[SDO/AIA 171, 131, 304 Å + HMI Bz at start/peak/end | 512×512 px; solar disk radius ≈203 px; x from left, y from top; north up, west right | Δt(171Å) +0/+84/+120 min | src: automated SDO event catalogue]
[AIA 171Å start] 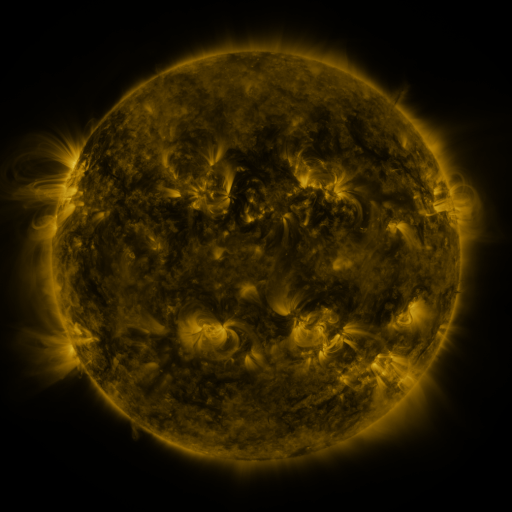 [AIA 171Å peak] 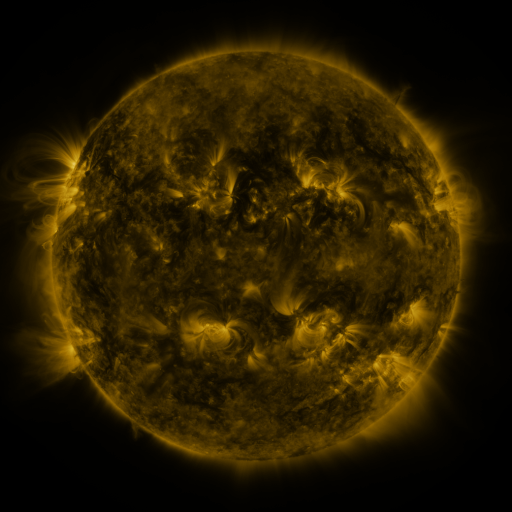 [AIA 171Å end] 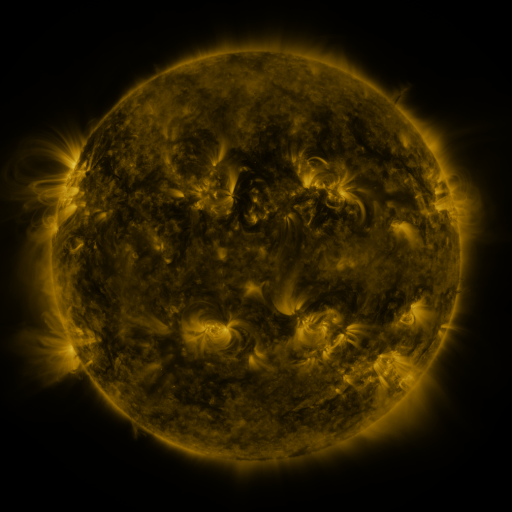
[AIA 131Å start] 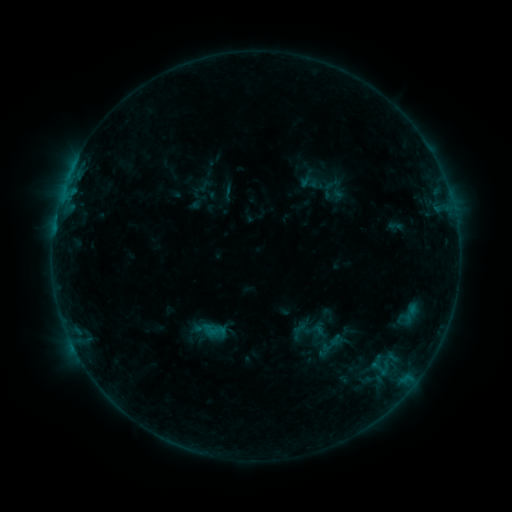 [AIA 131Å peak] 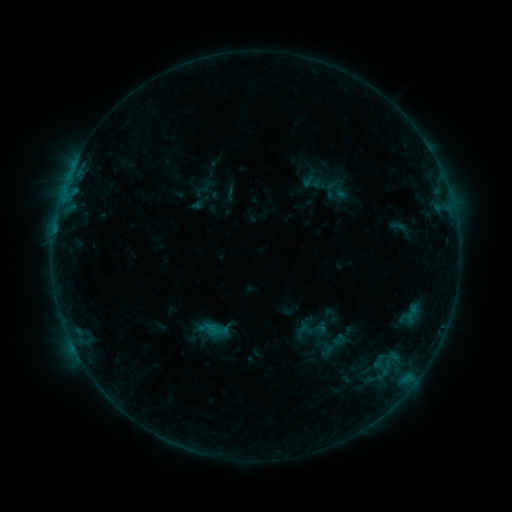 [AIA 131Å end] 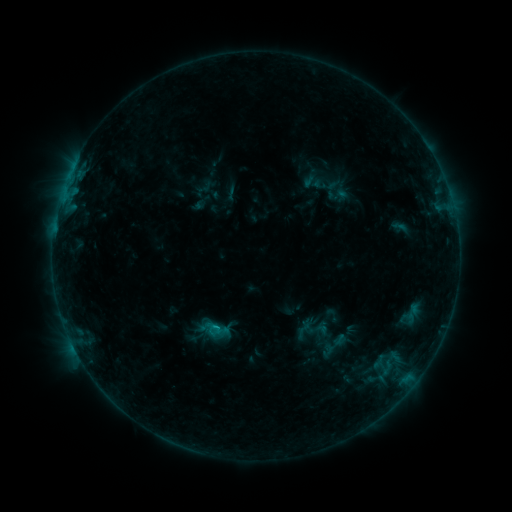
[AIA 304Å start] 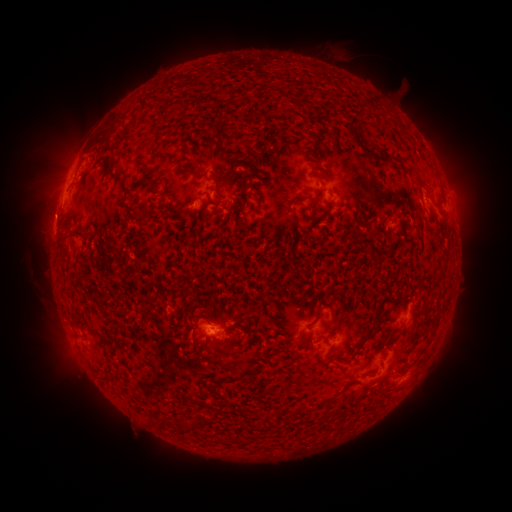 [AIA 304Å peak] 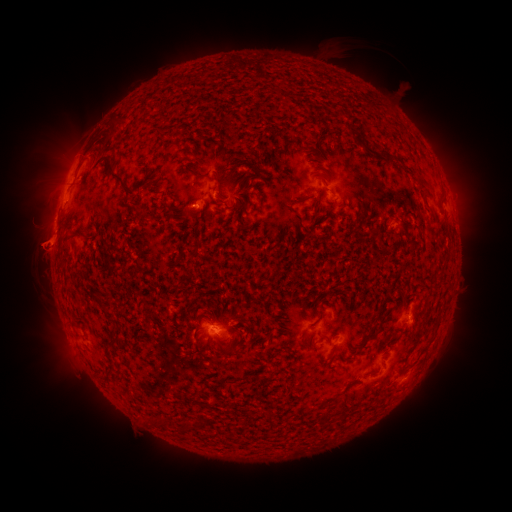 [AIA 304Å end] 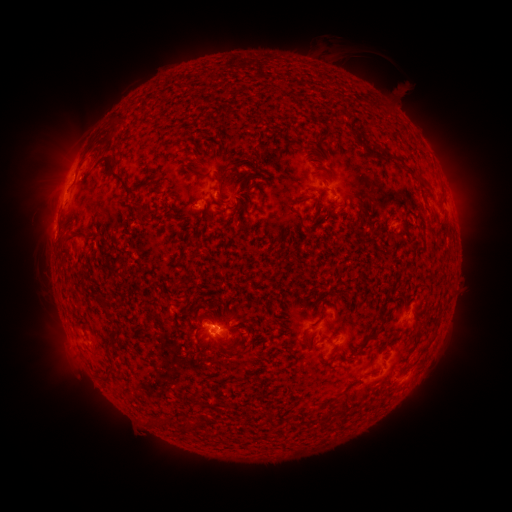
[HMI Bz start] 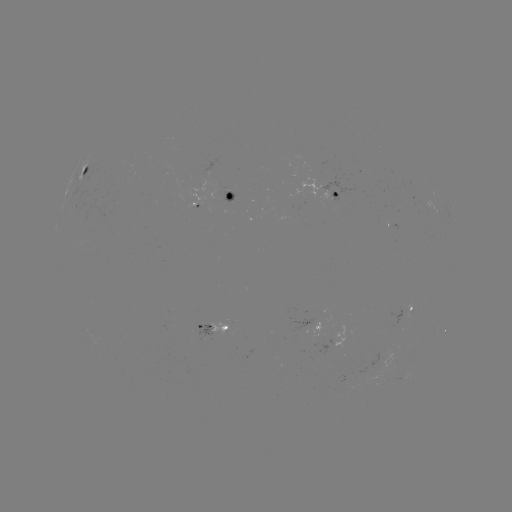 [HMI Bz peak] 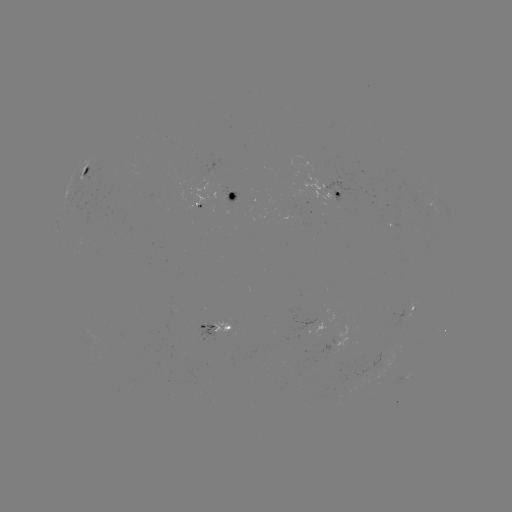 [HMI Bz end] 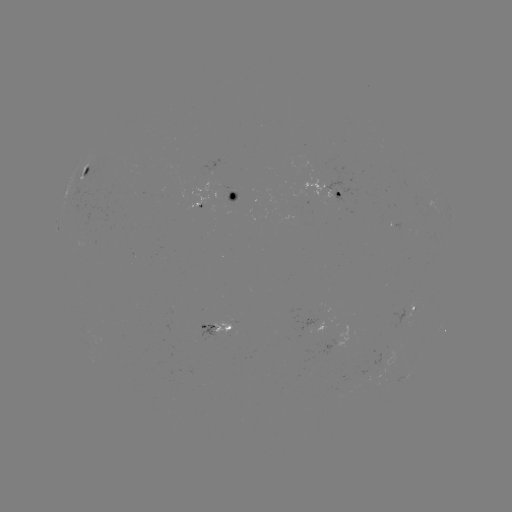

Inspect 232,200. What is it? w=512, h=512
emerging-flux region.